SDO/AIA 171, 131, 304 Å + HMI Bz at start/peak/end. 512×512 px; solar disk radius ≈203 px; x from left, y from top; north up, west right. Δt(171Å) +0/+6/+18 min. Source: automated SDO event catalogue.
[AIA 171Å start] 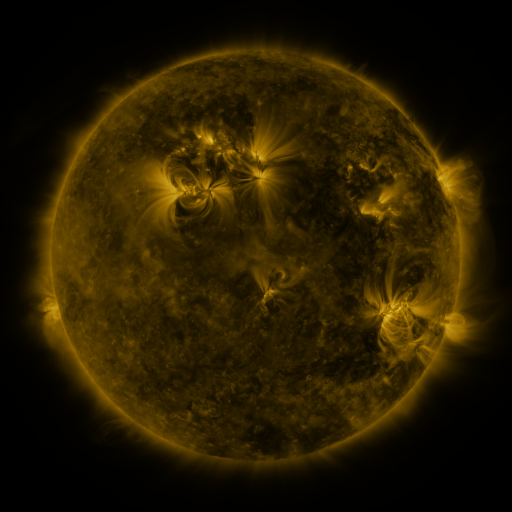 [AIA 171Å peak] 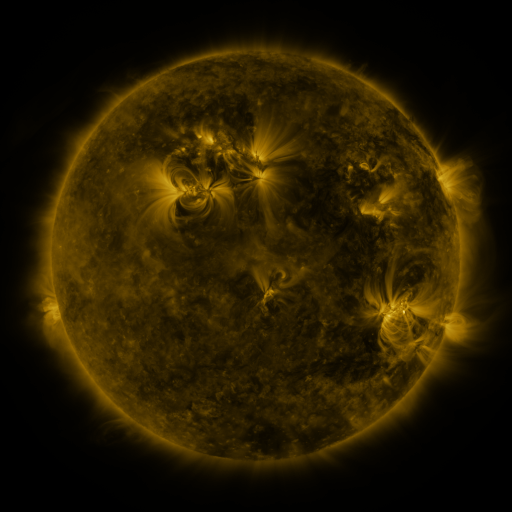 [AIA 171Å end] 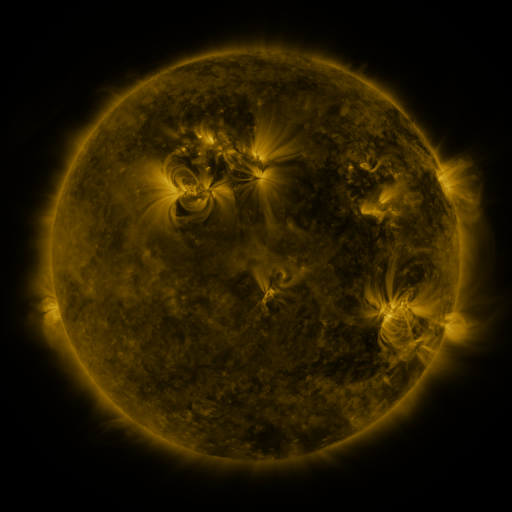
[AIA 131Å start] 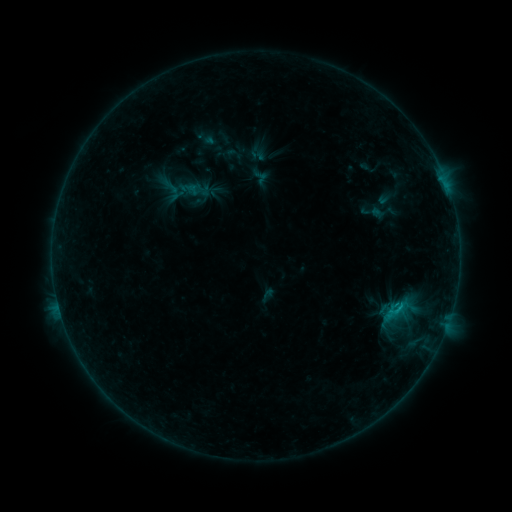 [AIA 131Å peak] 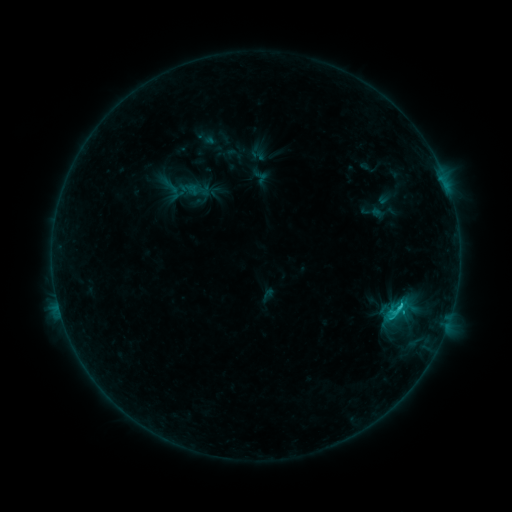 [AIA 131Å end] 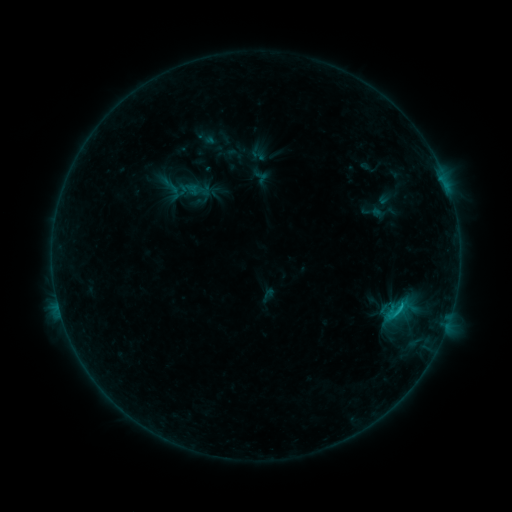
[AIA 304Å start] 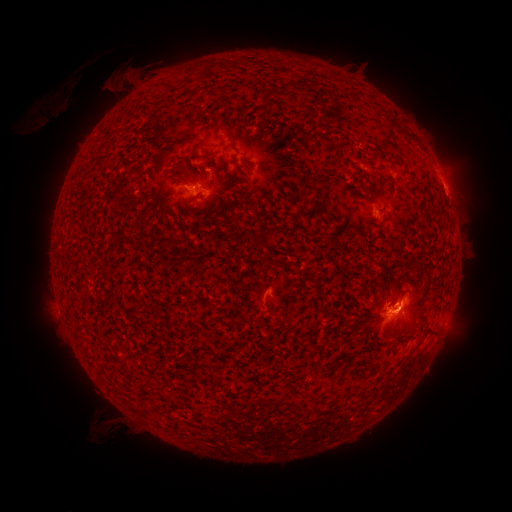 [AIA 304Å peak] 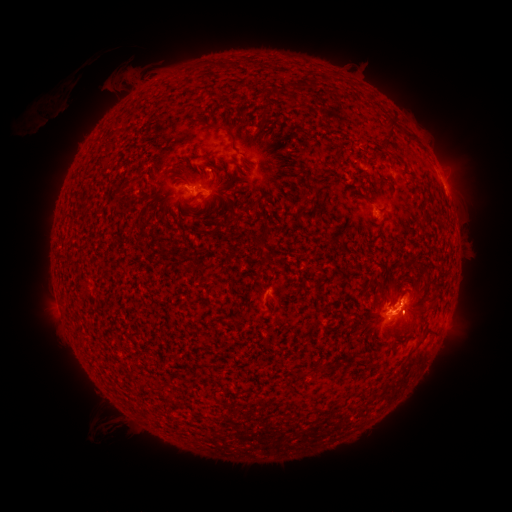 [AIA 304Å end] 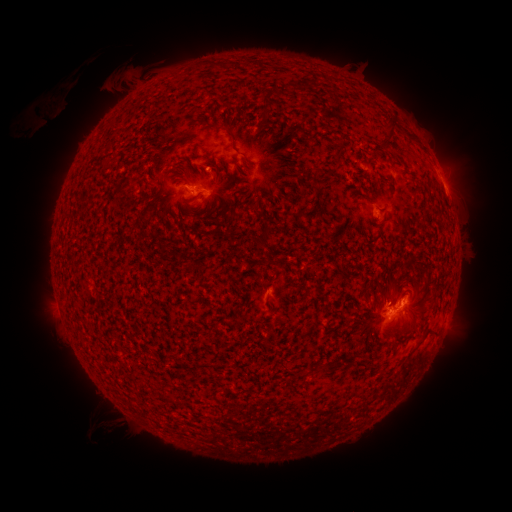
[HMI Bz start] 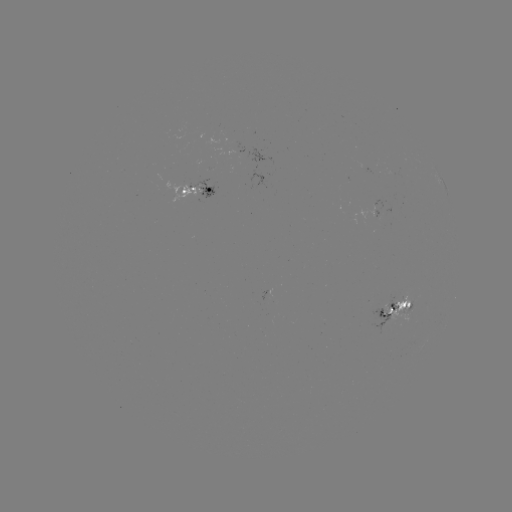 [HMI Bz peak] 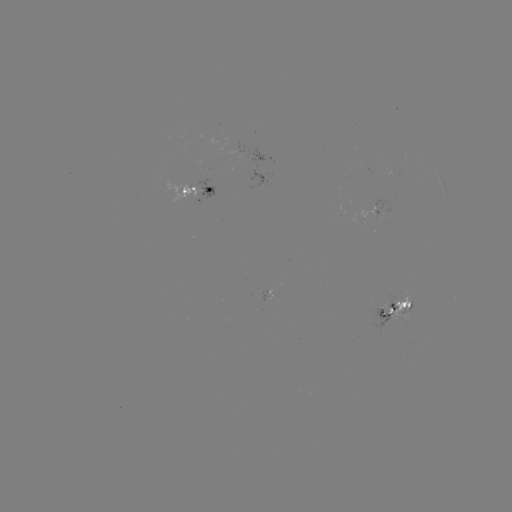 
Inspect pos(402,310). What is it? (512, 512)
C1.3 flare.